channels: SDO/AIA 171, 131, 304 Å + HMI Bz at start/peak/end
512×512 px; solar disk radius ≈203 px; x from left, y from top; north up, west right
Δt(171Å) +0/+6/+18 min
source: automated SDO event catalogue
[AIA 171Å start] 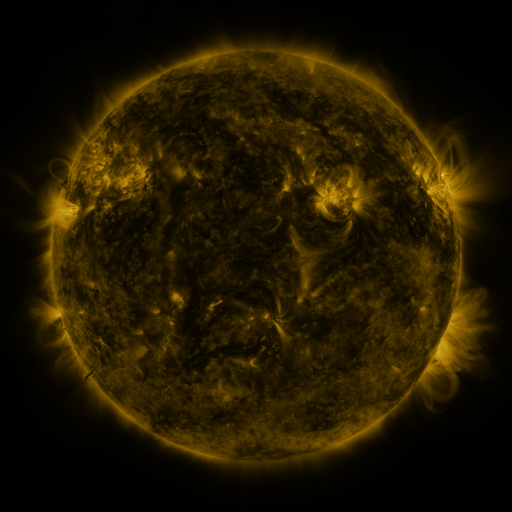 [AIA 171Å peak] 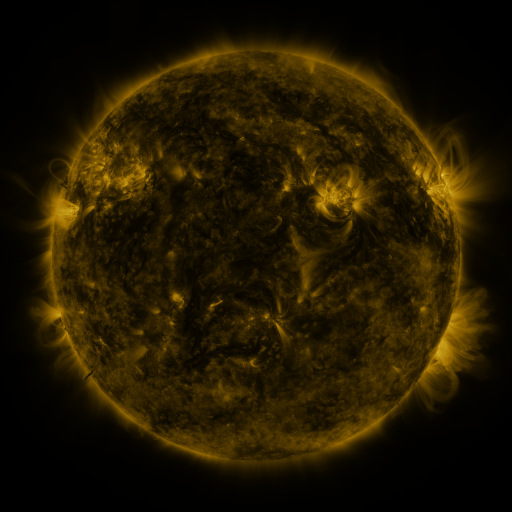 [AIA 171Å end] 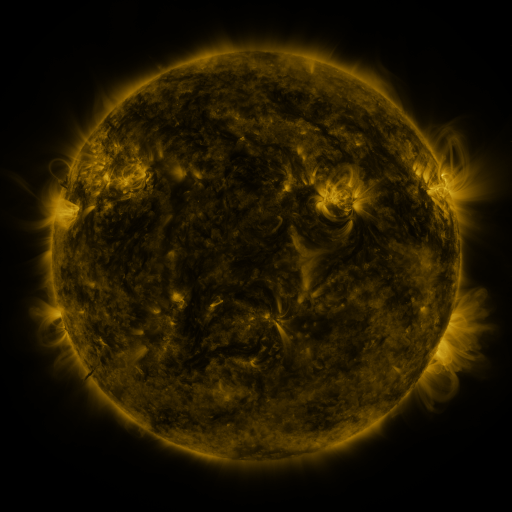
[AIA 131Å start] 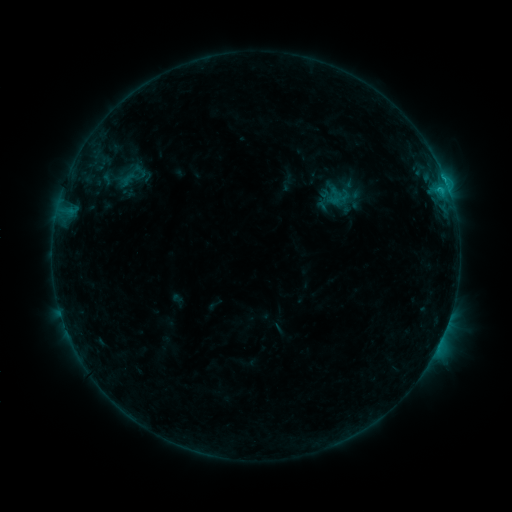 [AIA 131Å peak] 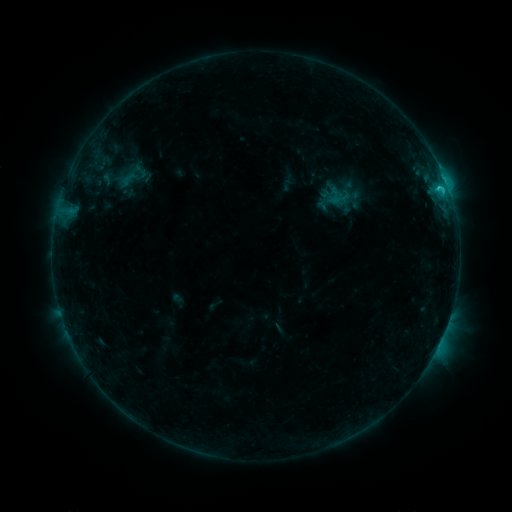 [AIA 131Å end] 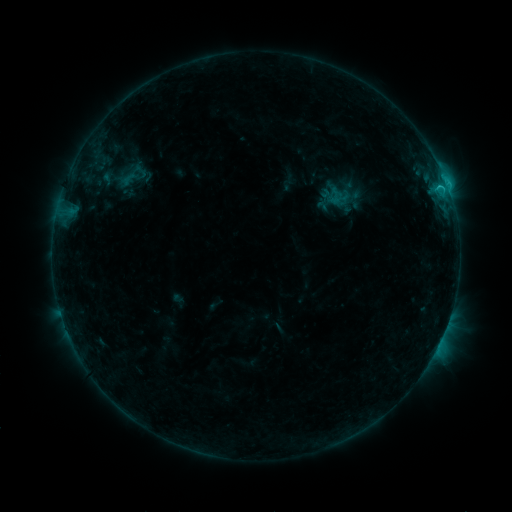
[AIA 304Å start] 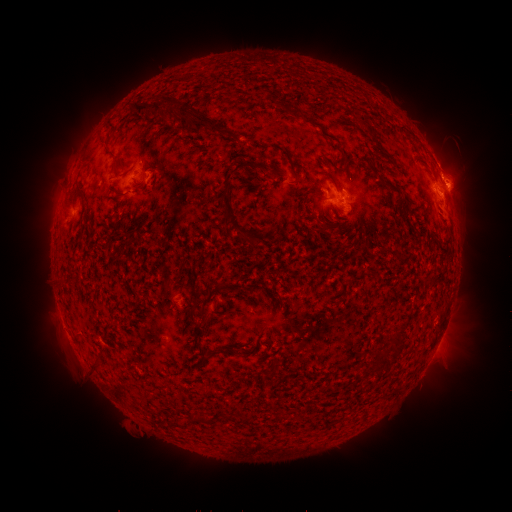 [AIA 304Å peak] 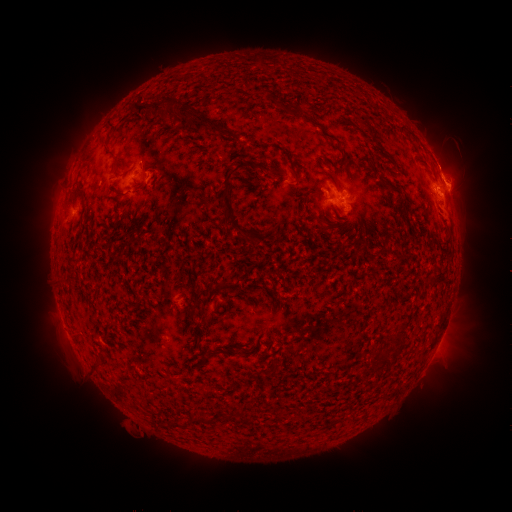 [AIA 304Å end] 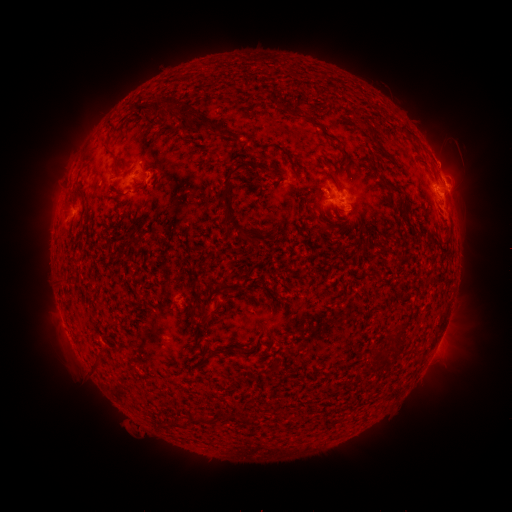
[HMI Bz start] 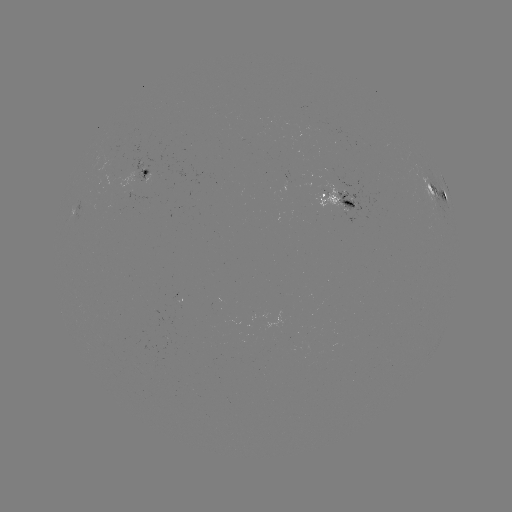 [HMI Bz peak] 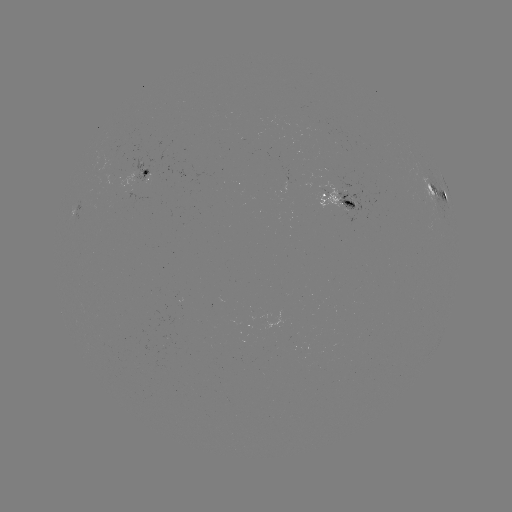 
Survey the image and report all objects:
eruption: (445, 156)
